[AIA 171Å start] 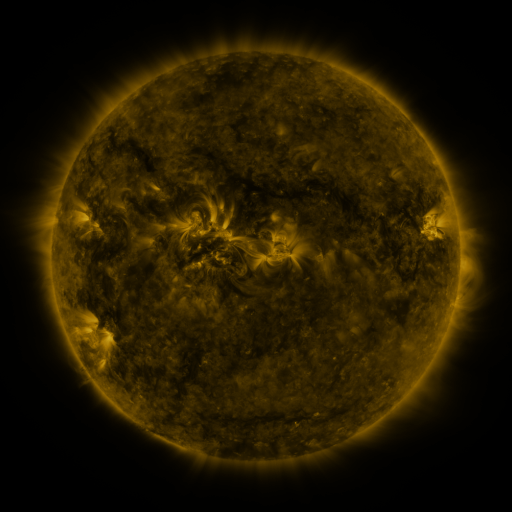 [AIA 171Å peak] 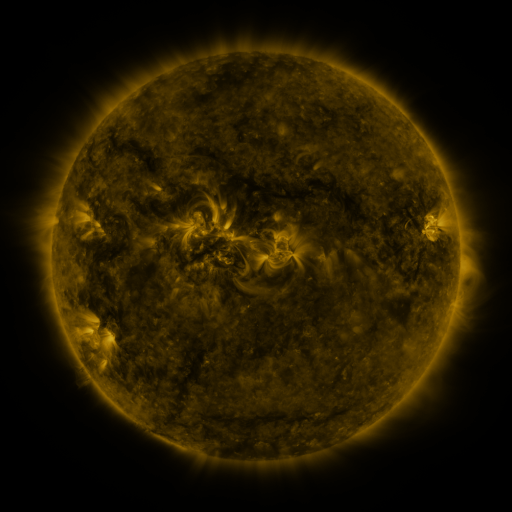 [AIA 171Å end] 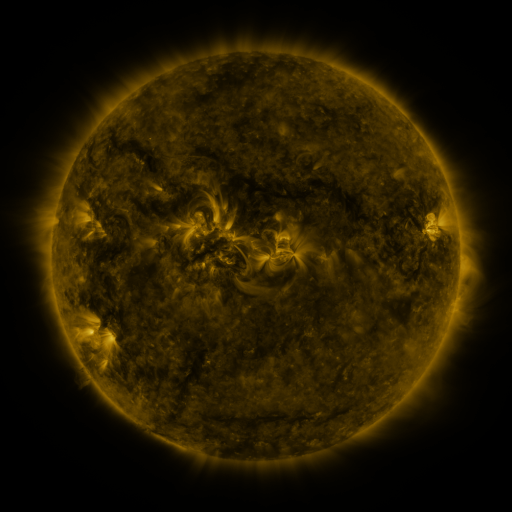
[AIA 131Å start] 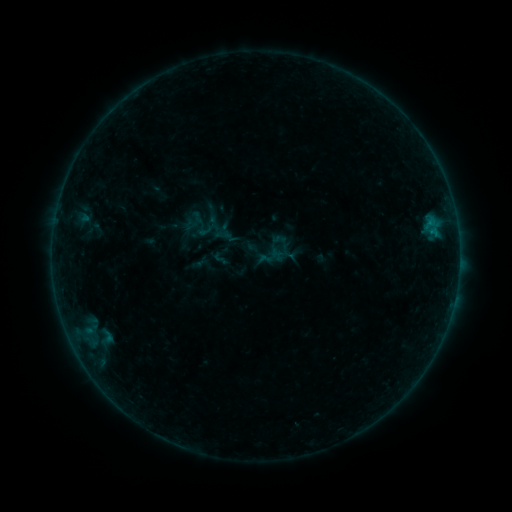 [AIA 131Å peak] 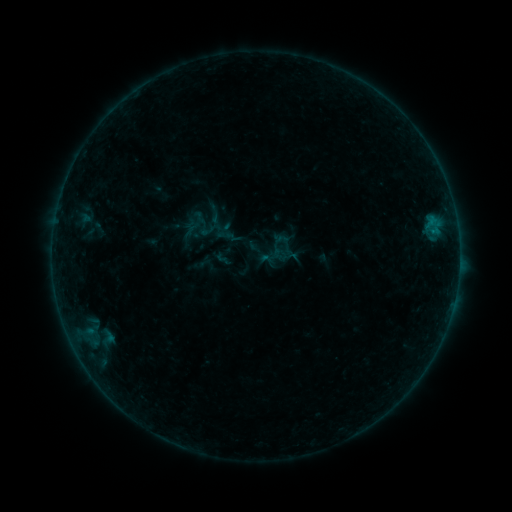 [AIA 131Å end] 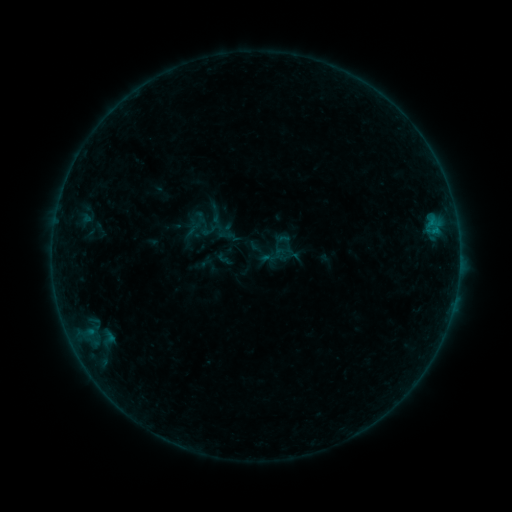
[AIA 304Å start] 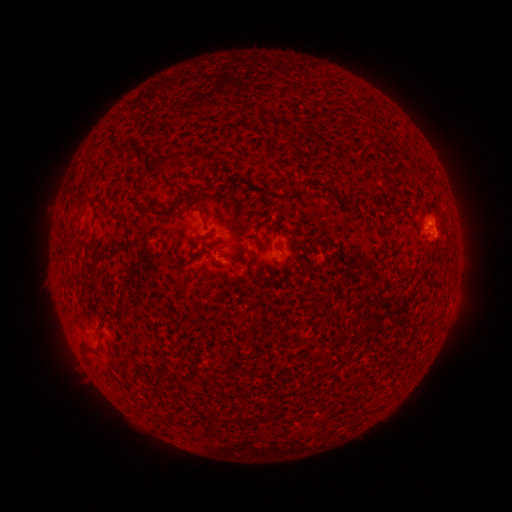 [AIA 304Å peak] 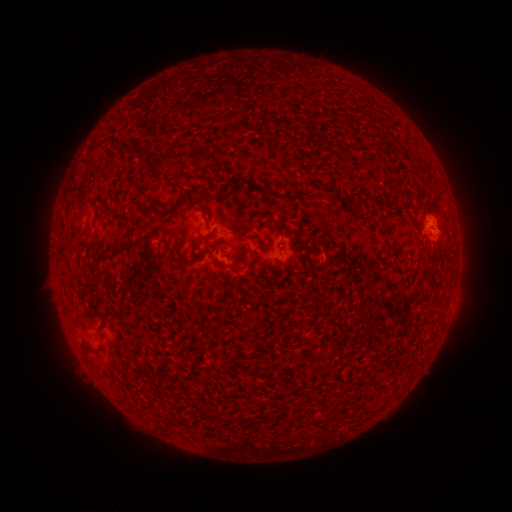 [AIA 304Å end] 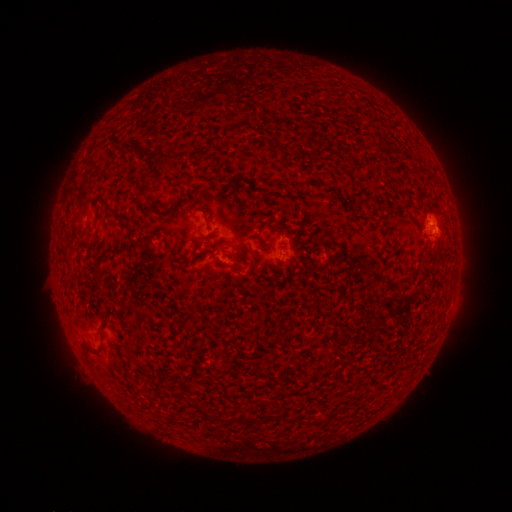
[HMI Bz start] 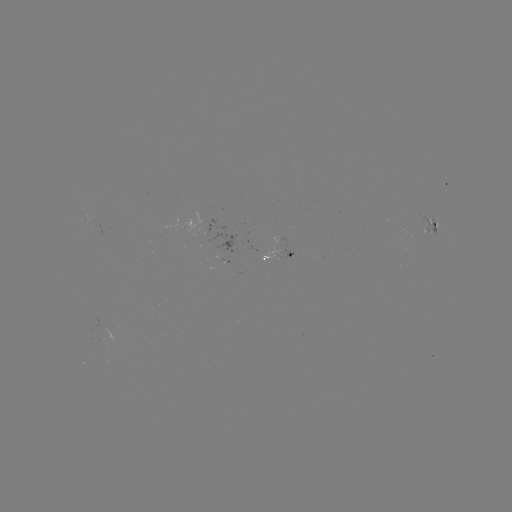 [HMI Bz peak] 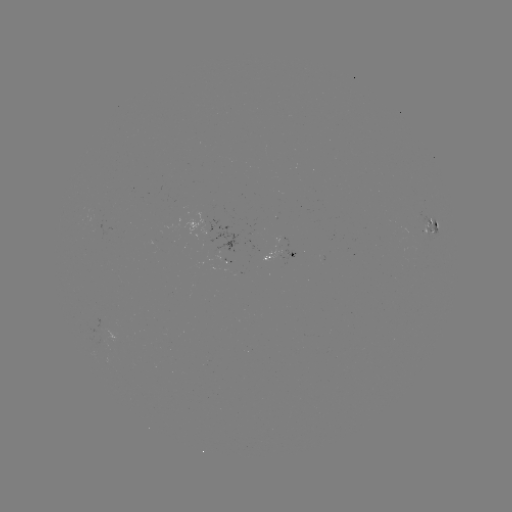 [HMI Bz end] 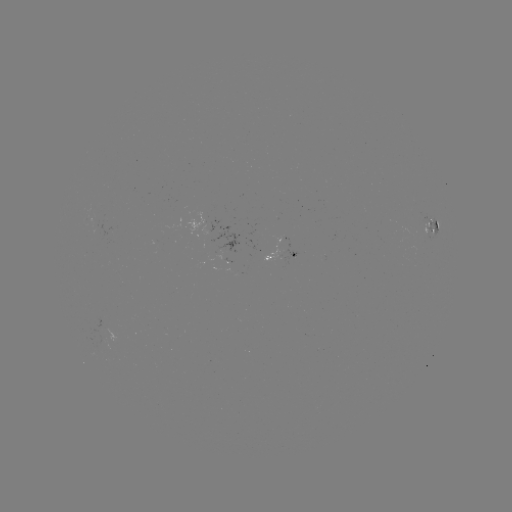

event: emerging-flux region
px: (221, 246)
